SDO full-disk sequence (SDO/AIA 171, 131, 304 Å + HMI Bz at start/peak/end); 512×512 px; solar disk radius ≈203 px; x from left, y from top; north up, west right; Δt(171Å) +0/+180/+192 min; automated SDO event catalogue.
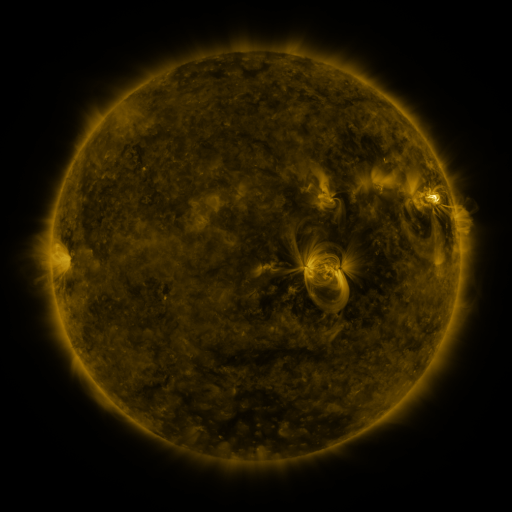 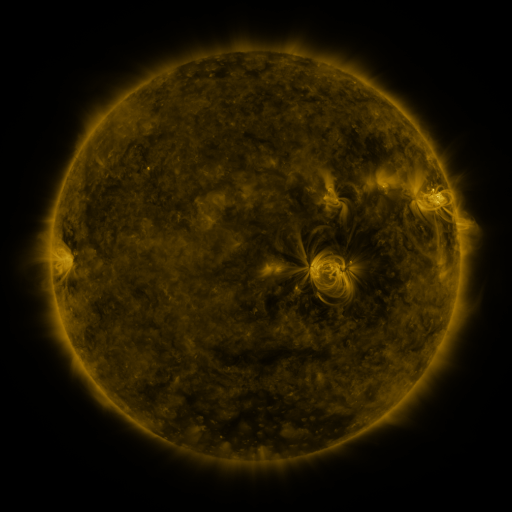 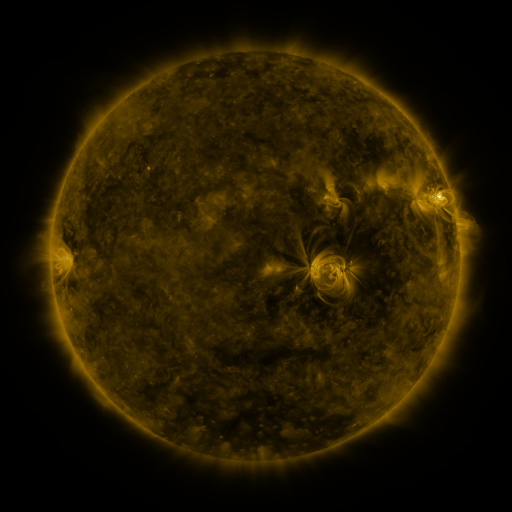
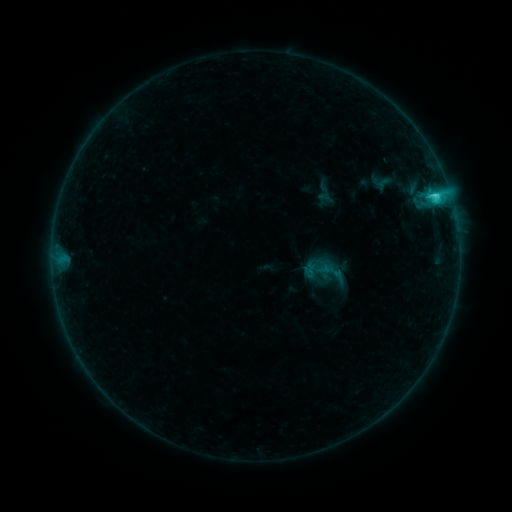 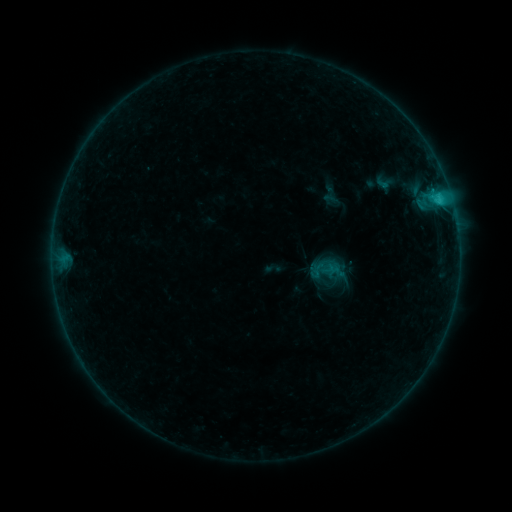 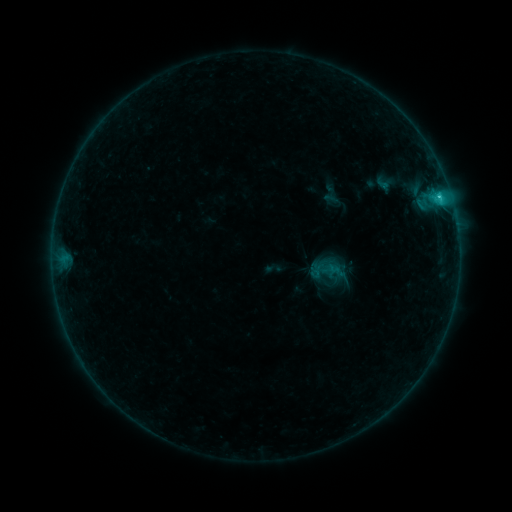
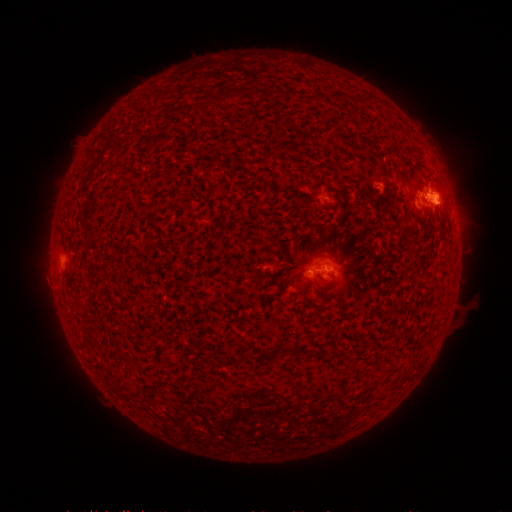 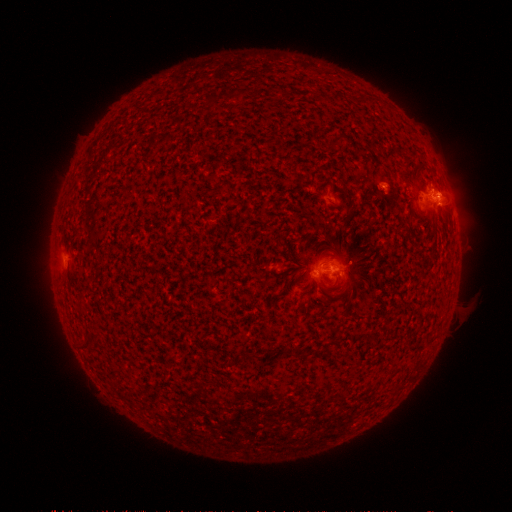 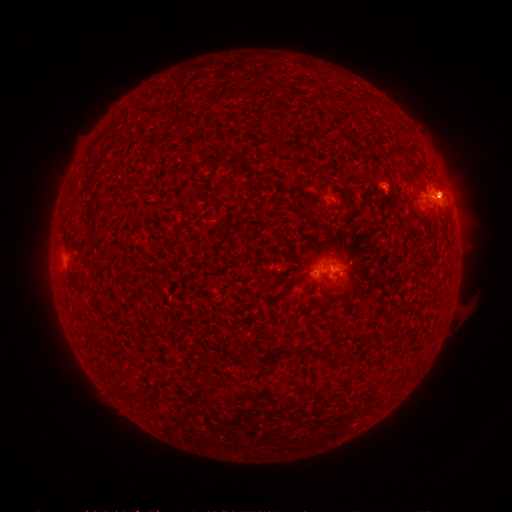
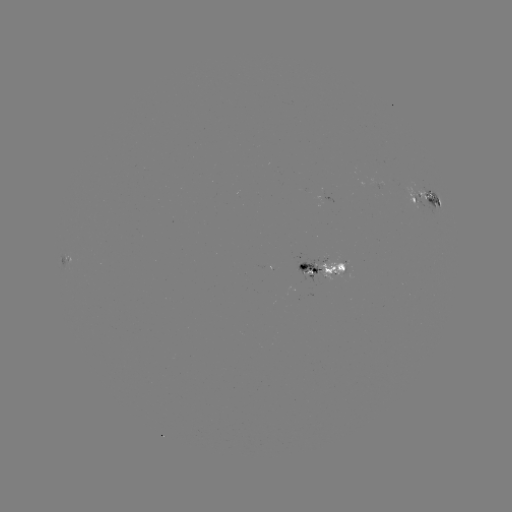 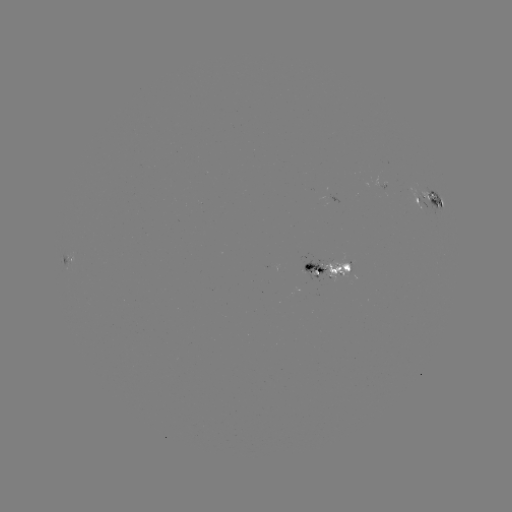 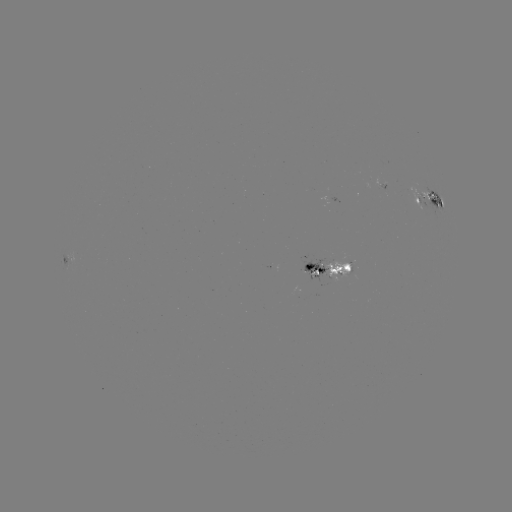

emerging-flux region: (323, 252, 350, 283)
